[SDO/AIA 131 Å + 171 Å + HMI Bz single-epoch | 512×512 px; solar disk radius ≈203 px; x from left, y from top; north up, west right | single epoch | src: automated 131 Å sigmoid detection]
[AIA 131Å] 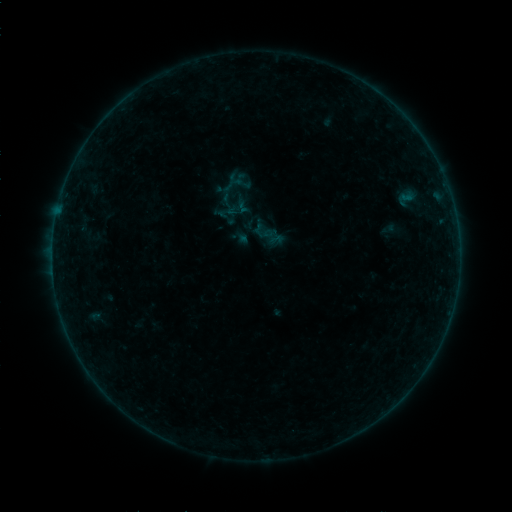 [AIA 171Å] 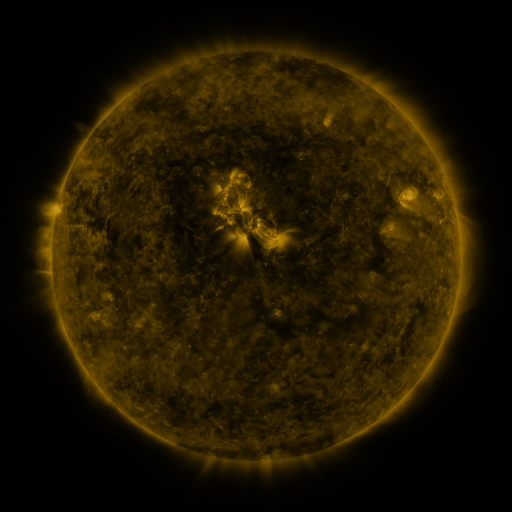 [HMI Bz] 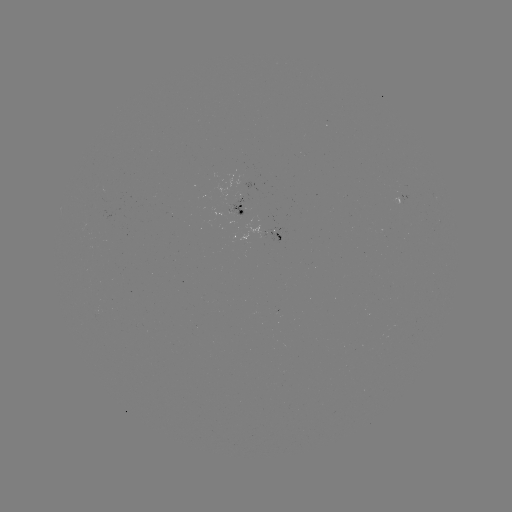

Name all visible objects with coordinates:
sigmoid: (226, 212)
